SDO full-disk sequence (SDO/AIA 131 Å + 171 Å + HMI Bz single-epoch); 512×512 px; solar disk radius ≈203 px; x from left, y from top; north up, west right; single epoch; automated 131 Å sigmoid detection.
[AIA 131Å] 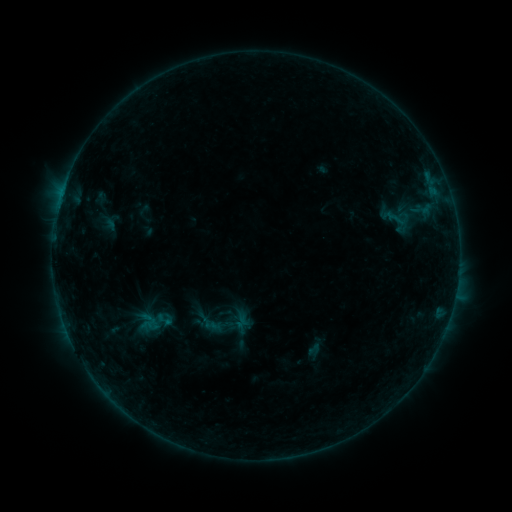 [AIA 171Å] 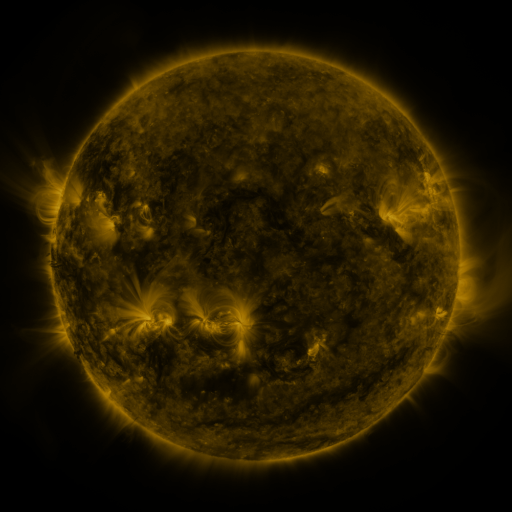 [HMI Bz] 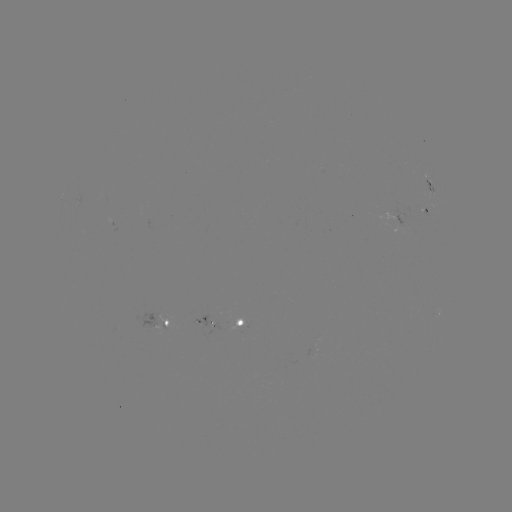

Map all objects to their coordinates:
sigmoid: (397, 218)
sigmoid: (164, 320)
